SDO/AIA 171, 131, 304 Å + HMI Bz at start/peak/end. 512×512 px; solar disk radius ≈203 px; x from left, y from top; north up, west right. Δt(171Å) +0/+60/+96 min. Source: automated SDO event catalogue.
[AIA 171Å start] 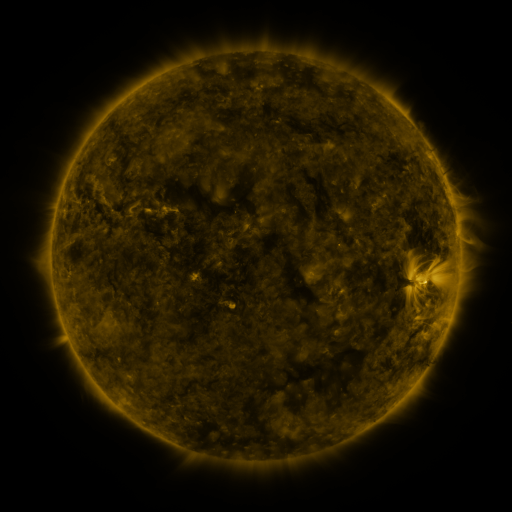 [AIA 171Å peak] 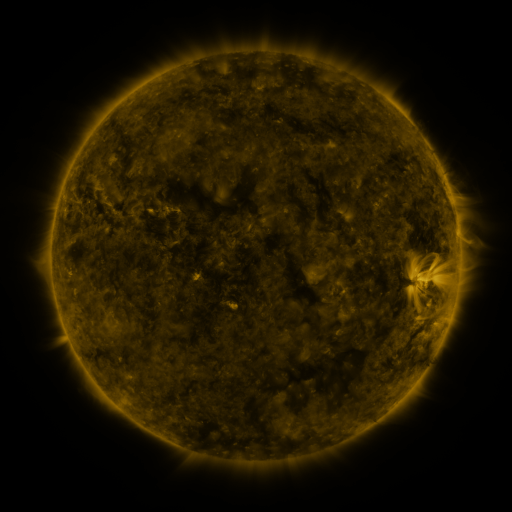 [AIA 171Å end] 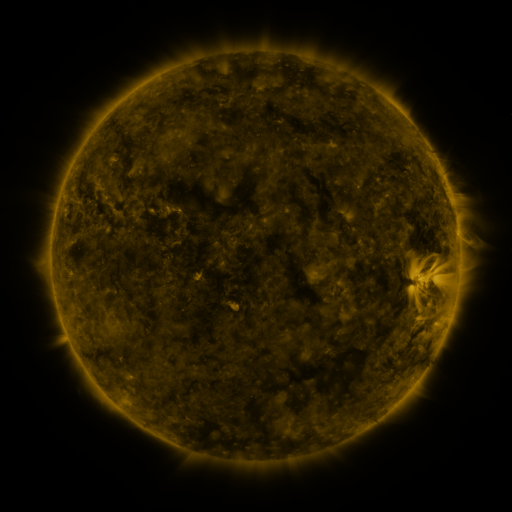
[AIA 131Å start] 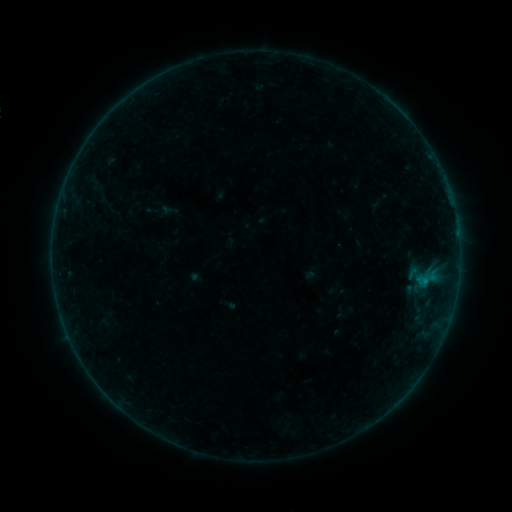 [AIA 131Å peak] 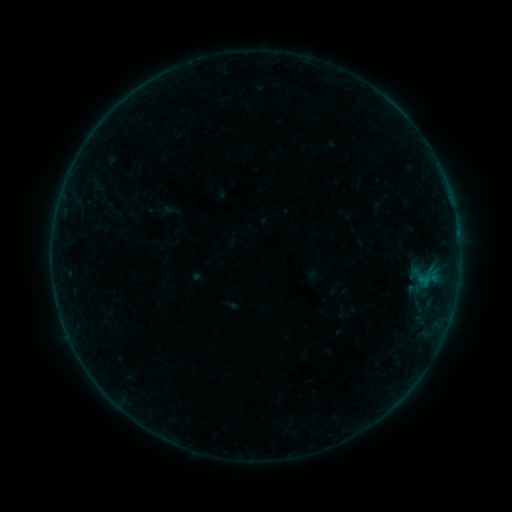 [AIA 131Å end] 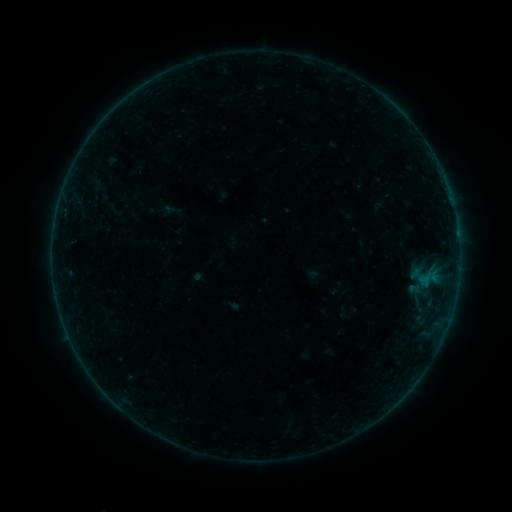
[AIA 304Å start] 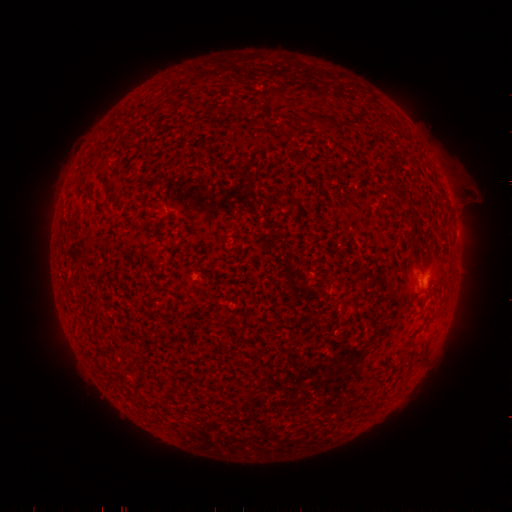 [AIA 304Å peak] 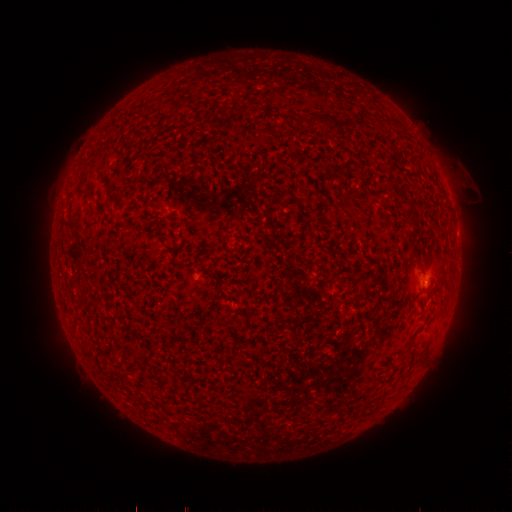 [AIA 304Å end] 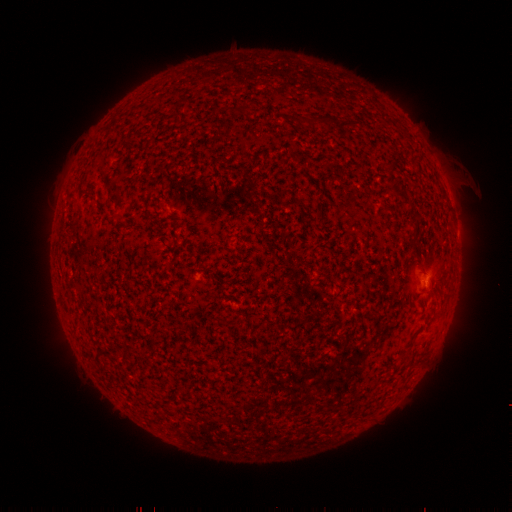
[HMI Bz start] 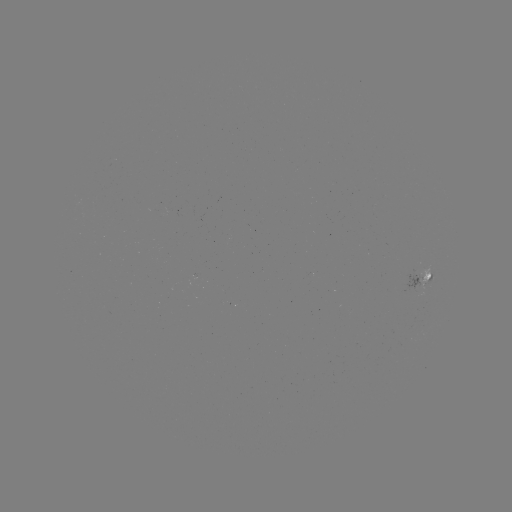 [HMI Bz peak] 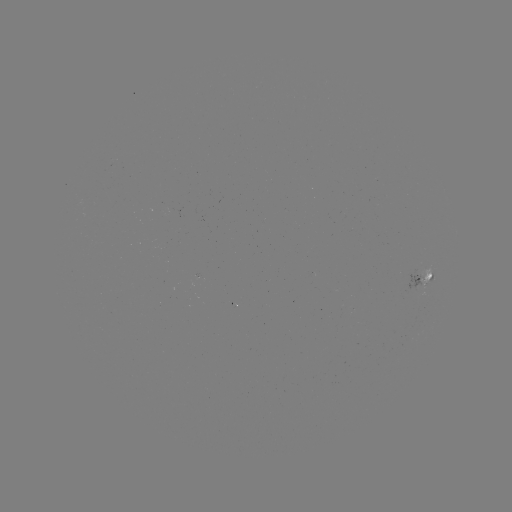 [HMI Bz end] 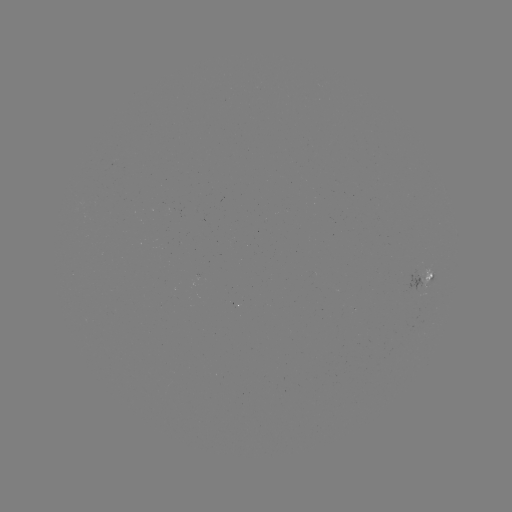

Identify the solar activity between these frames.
emerging-flux region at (416, 276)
